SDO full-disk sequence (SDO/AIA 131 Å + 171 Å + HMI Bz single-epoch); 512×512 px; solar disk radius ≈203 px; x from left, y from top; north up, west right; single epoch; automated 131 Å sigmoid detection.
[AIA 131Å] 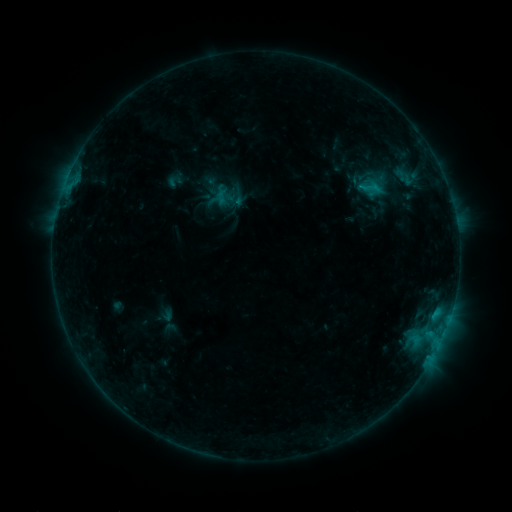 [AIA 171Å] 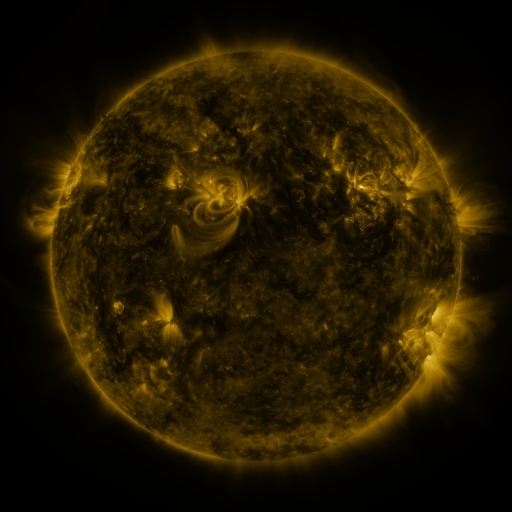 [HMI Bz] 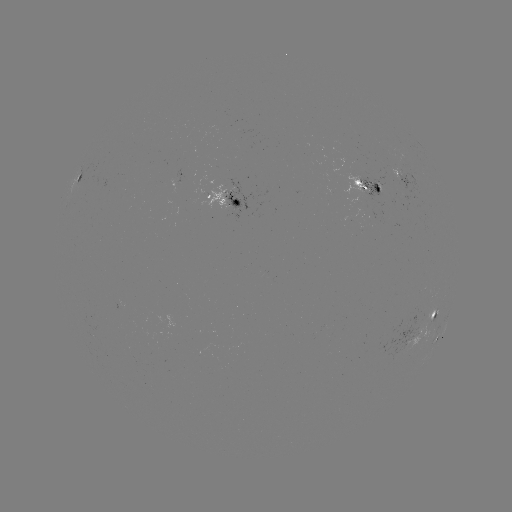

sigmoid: <bbox>355, 175, 385, 200</bbox>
